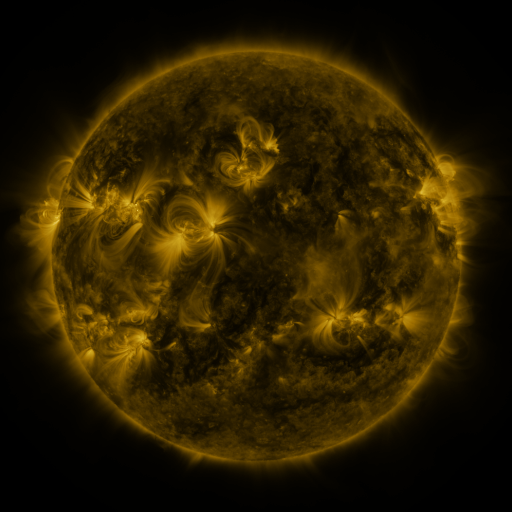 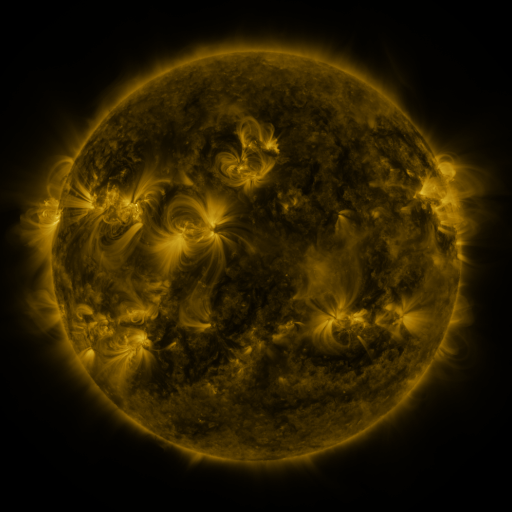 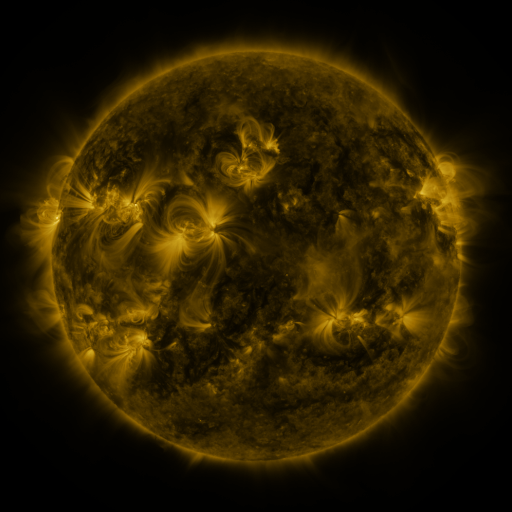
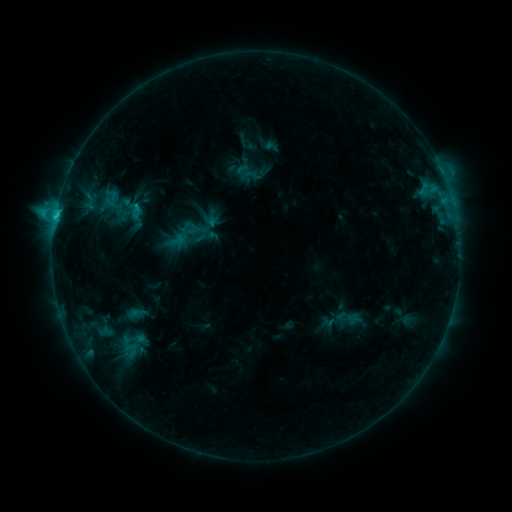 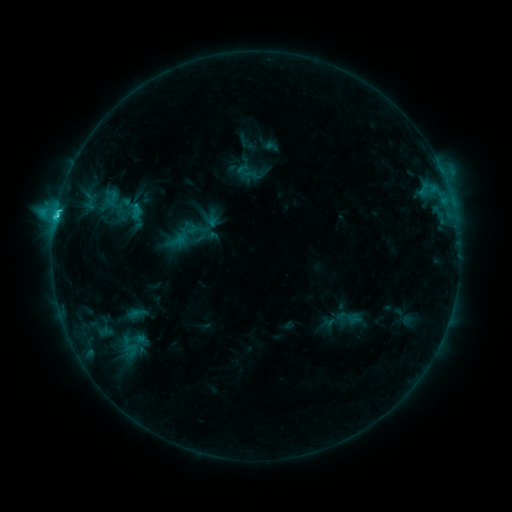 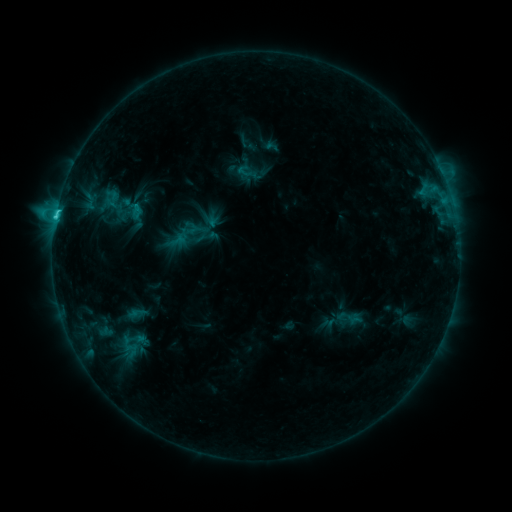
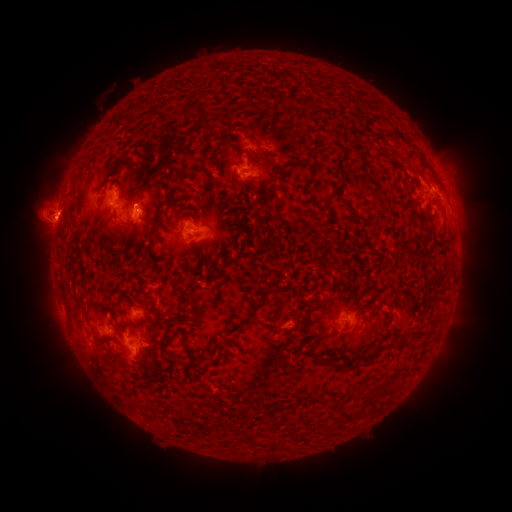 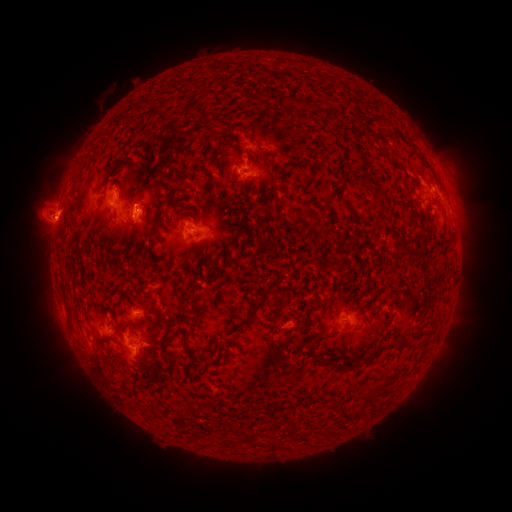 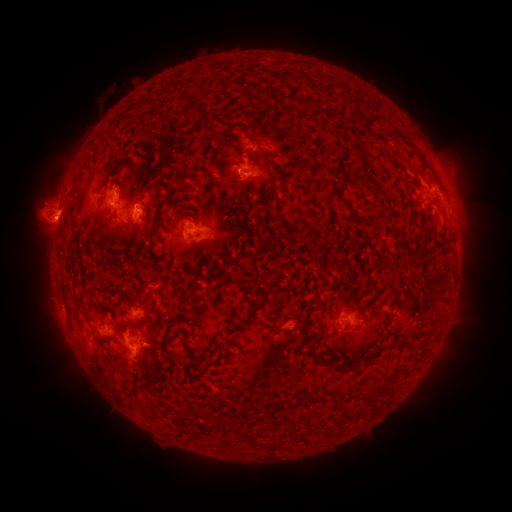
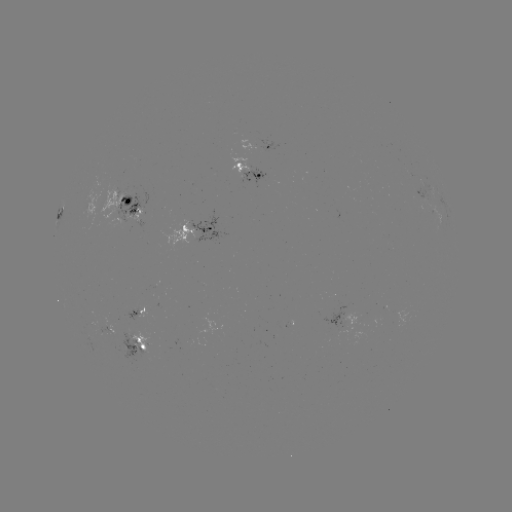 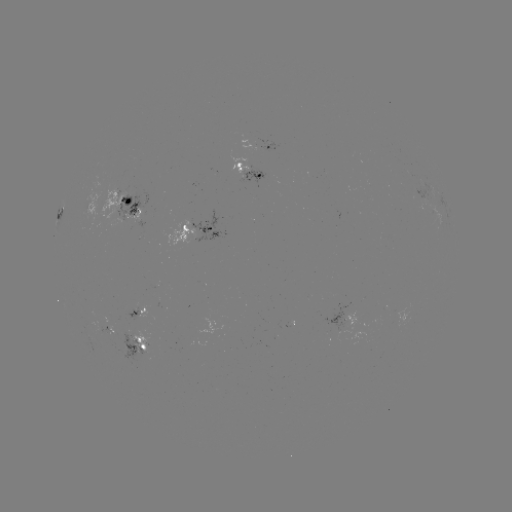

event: flare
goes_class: C2.9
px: (56, 217)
